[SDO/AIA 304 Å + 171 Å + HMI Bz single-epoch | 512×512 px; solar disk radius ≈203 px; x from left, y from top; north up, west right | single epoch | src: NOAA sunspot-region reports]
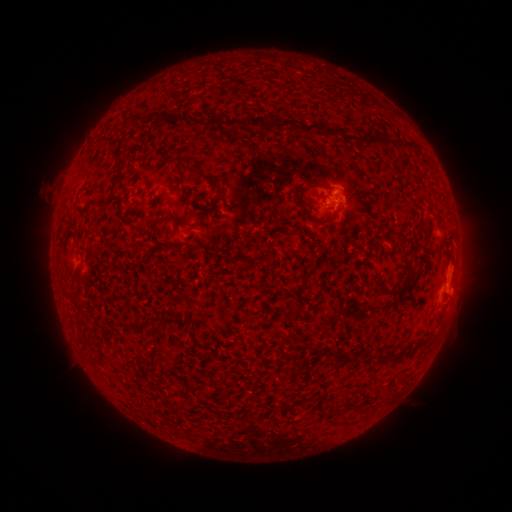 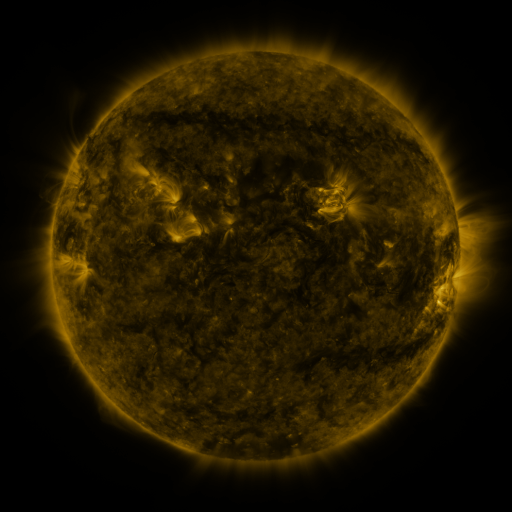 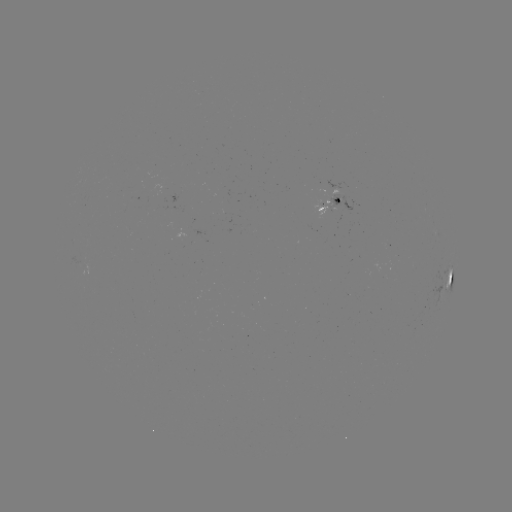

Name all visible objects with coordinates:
spotted active region: (330, 205)
spotted active region: (451, 279)
